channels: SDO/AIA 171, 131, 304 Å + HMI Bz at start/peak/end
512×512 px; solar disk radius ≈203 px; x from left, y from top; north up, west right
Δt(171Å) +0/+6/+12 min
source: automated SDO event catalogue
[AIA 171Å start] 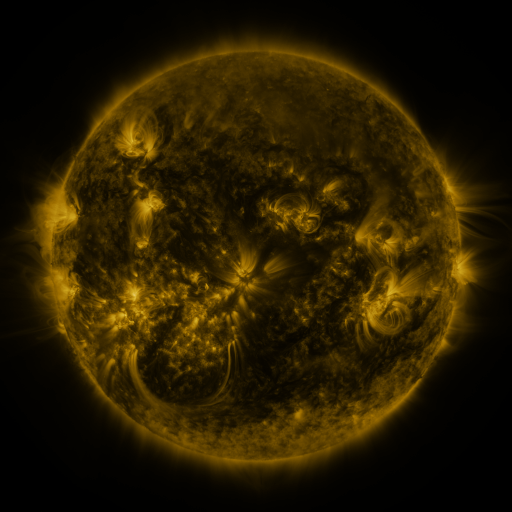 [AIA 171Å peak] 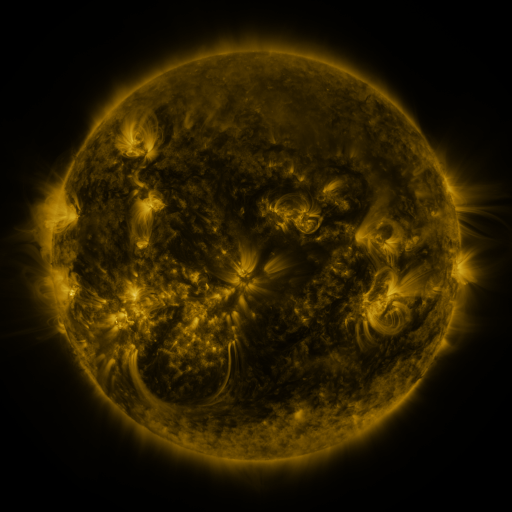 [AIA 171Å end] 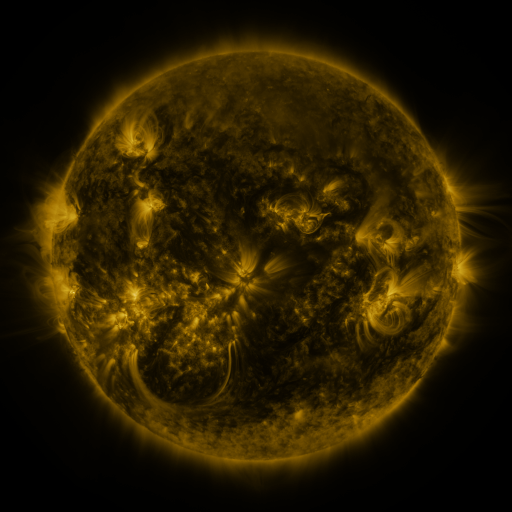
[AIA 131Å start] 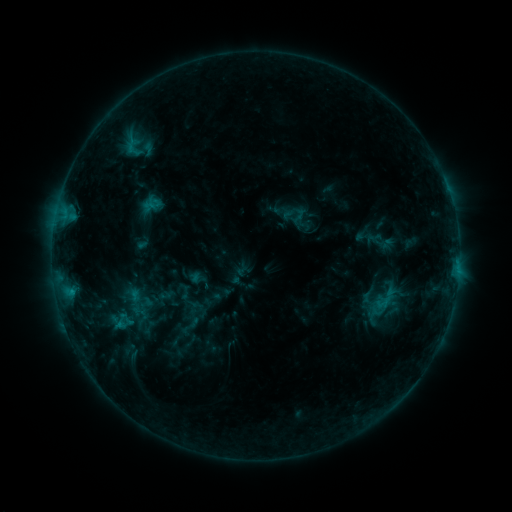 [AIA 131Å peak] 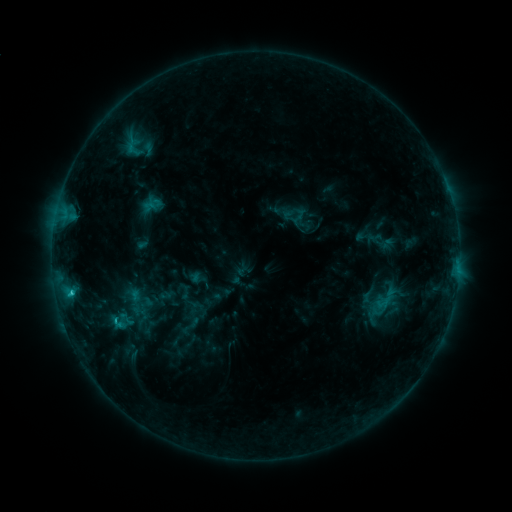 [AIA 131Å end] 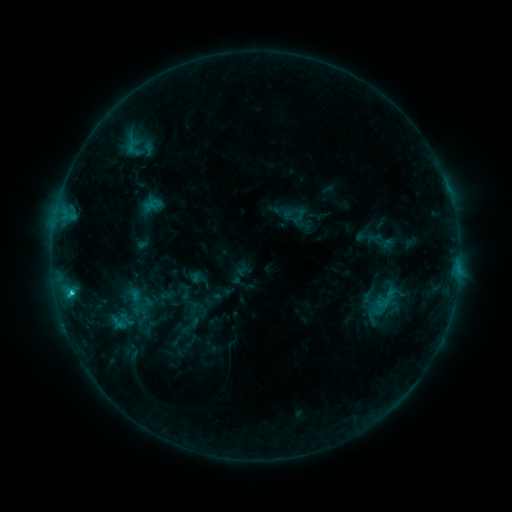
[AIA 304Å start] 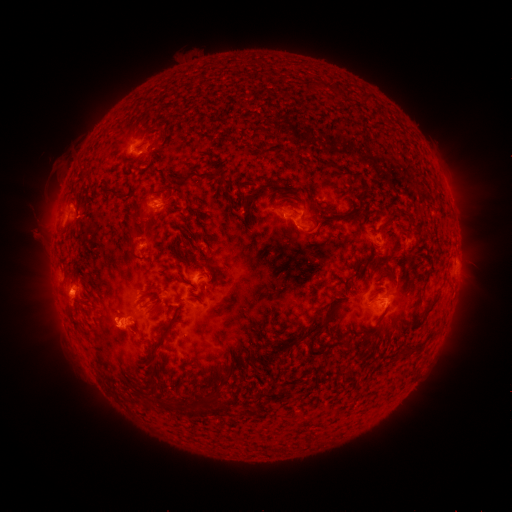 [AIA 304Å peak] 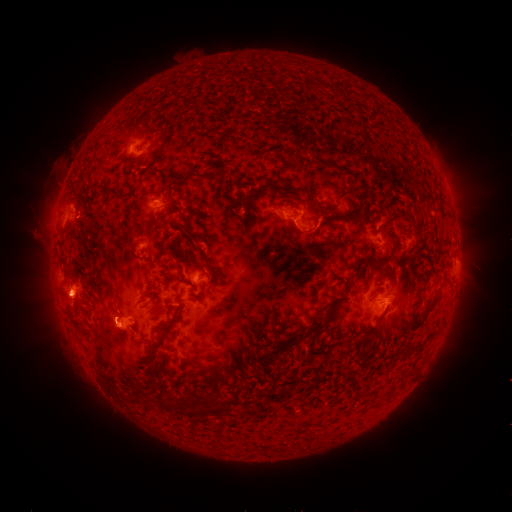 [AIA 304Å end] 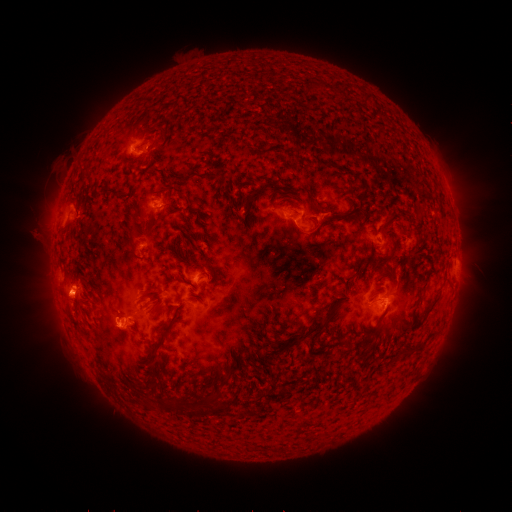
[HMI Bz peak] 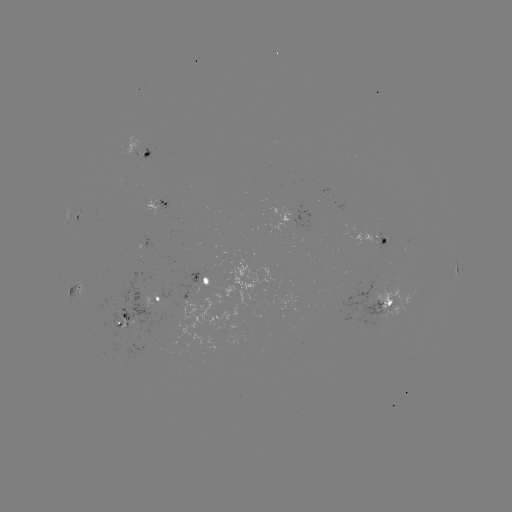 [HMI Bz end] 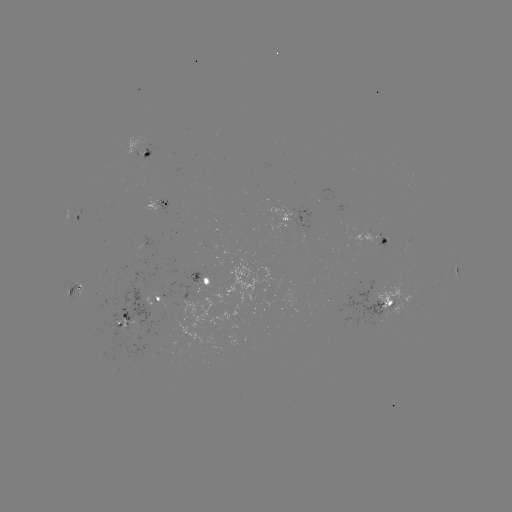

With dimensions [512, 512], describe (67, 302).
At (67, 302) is eruption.